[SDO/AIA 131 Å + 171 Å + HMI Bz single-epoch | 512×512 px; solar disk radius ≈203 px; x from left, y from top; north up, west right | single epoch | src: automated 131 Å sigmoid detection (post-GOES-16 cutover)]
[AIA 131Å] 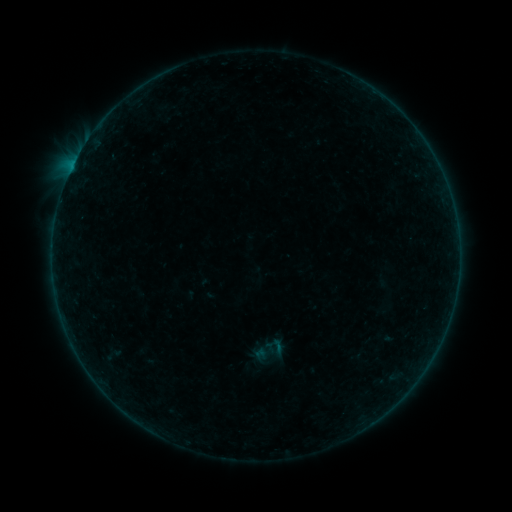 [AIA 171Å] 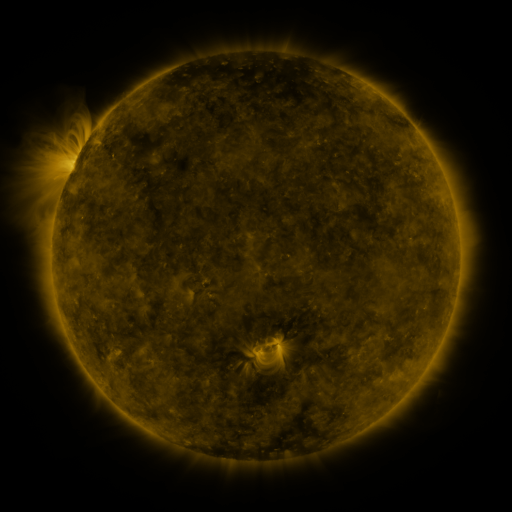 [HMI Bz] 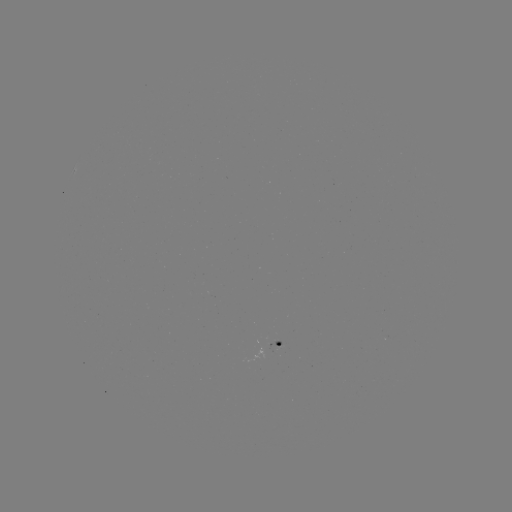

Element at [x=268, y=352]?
sigmoid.